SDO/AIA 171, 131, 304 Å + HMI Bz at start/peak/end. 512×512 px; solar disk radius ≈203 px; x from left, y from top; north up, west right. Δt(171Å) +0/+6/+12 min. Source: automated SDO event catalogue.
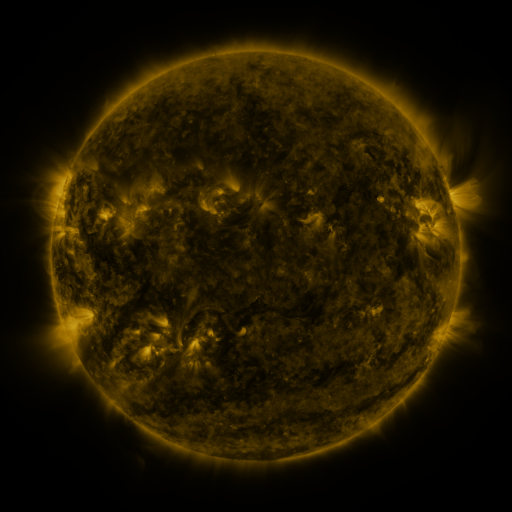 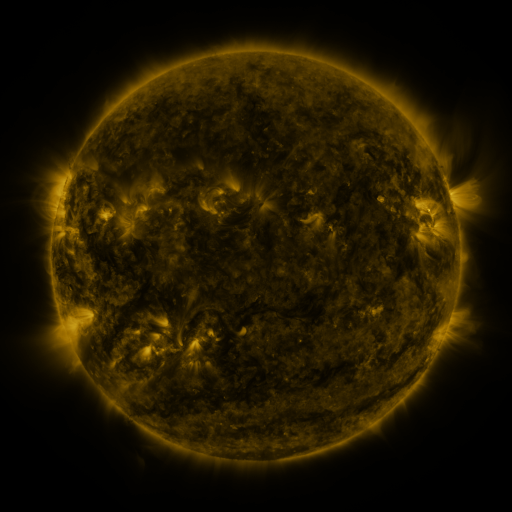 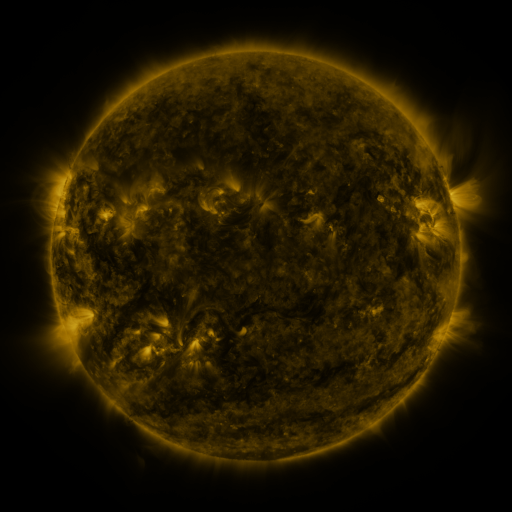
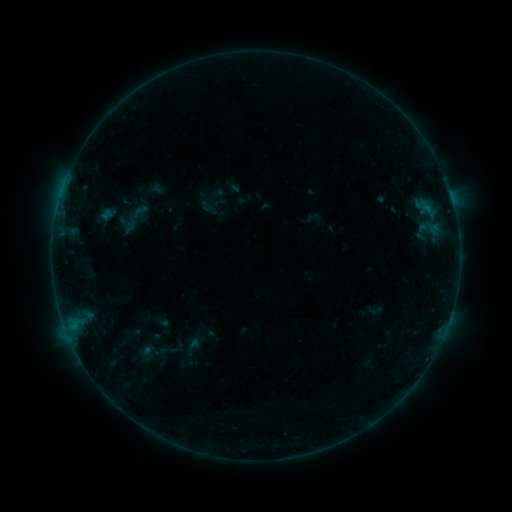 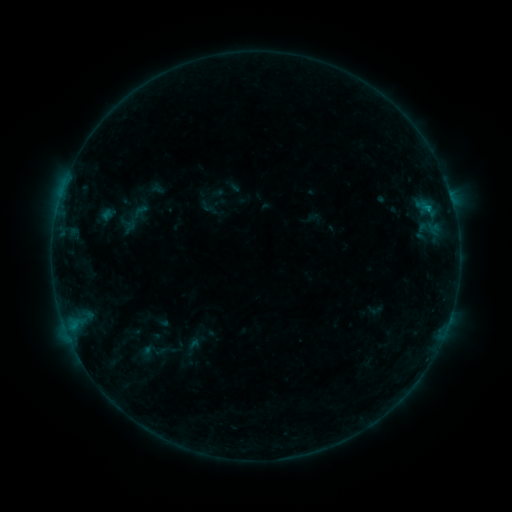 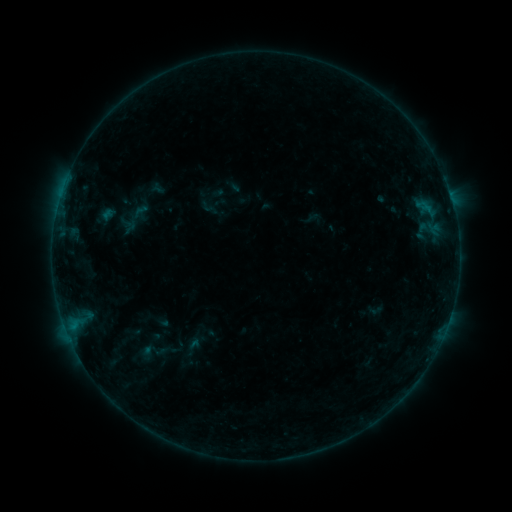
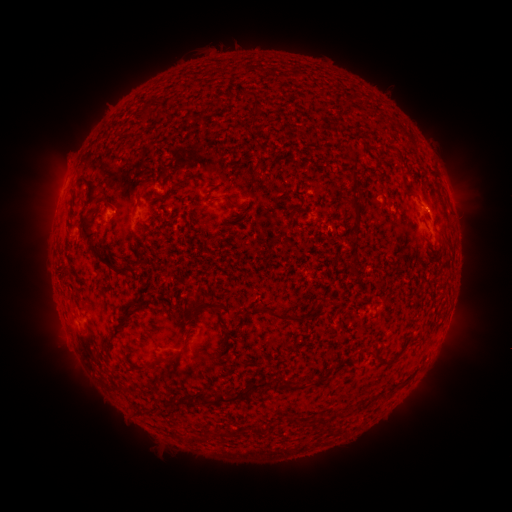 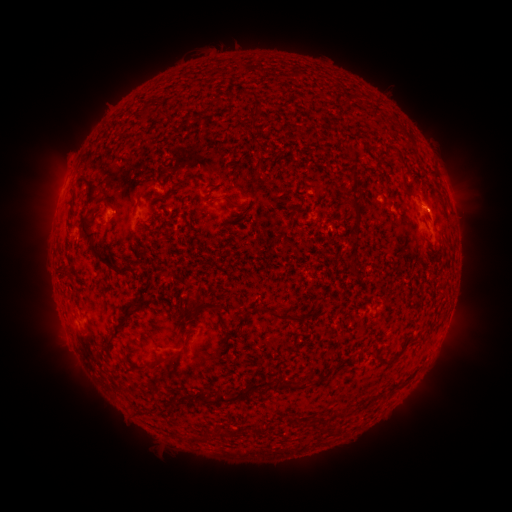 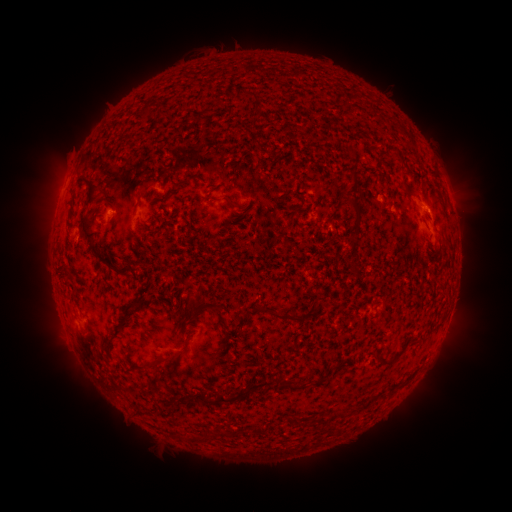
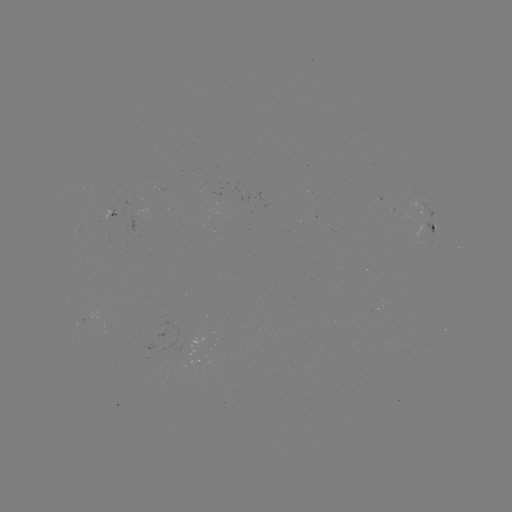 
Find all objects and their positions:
B2.8 flare: (427, 210)
